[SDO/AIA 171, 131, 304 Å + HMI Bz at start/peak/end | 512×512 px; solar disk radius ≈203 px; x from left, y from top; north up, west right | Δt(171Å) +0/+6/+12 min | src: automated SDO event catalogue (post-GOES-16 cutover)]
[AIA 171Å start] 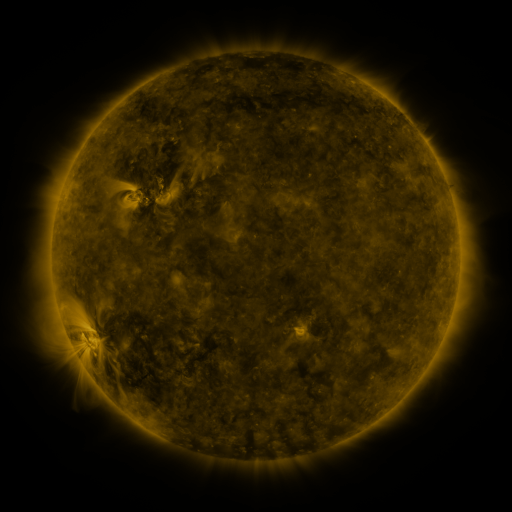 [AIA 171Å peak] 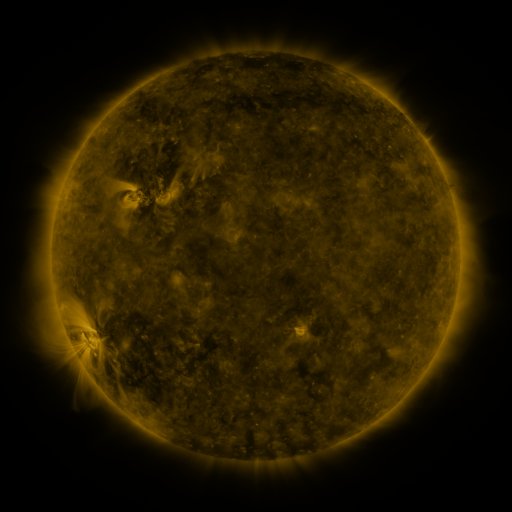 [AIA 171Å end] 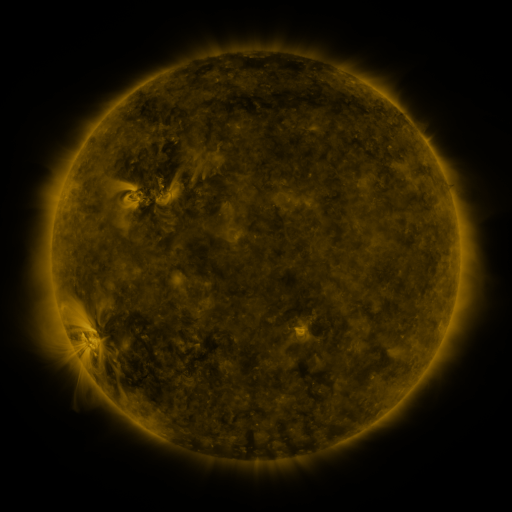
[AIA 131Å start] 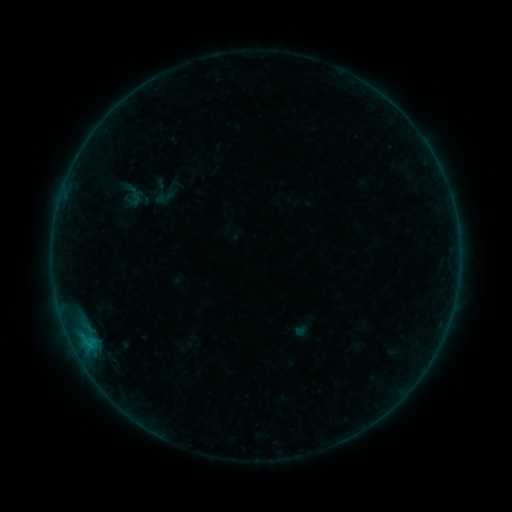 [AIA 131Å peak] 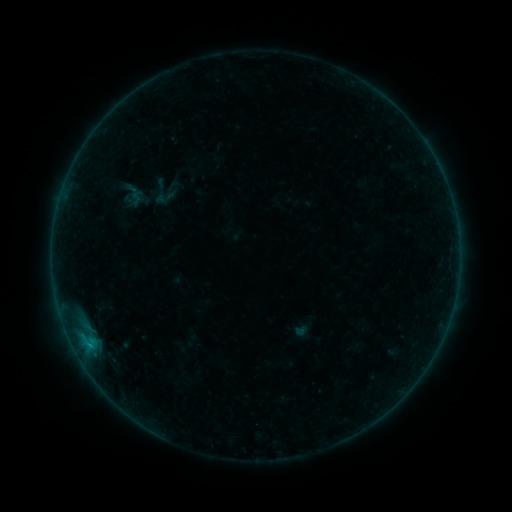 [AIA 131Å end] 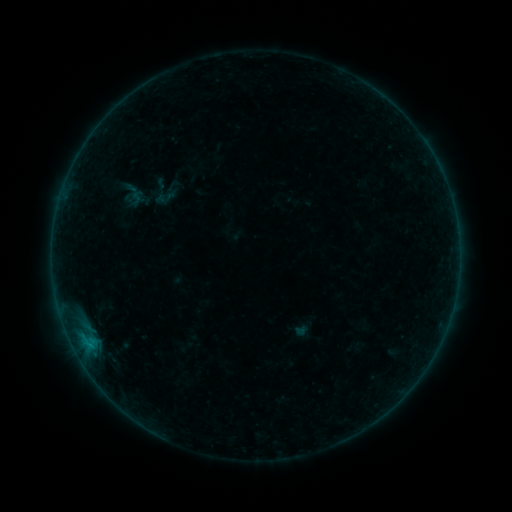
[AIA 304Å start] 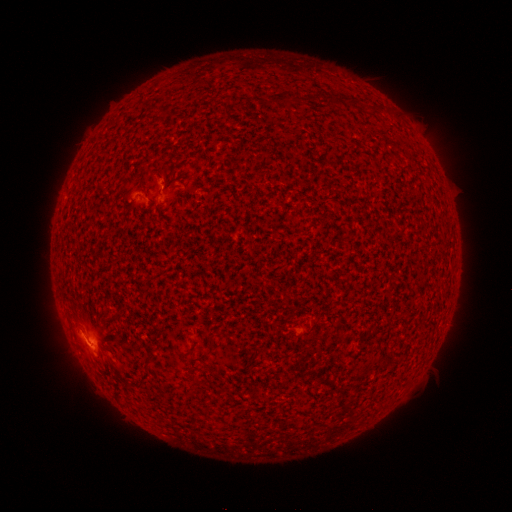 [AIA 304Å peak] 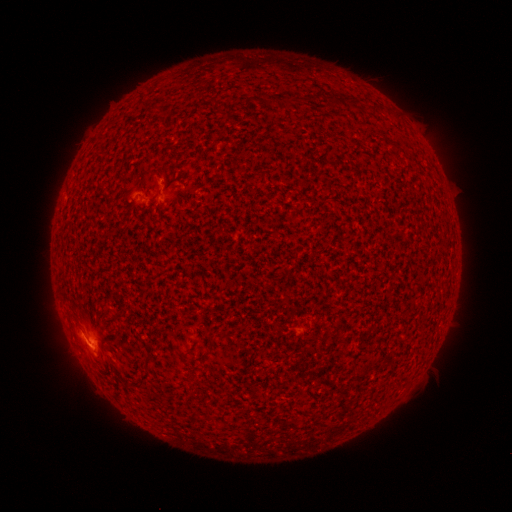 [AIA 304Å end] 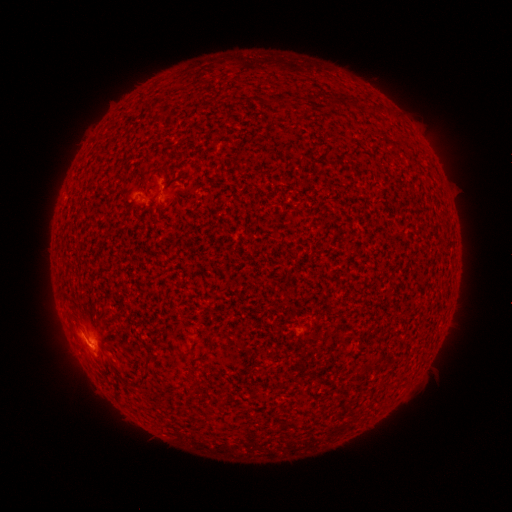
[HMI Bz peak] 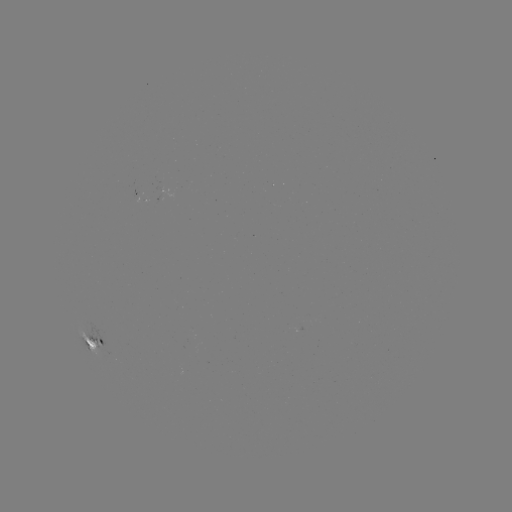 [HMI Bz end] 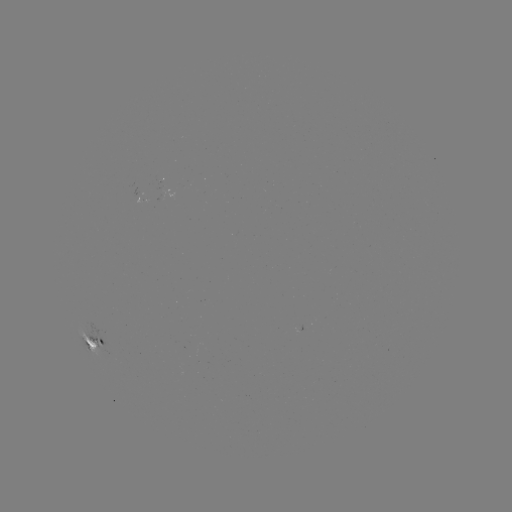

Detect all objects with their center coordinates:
B4.6 flare: (90, 344)
